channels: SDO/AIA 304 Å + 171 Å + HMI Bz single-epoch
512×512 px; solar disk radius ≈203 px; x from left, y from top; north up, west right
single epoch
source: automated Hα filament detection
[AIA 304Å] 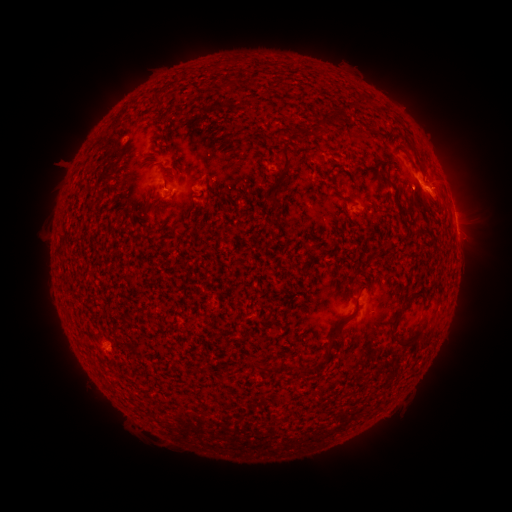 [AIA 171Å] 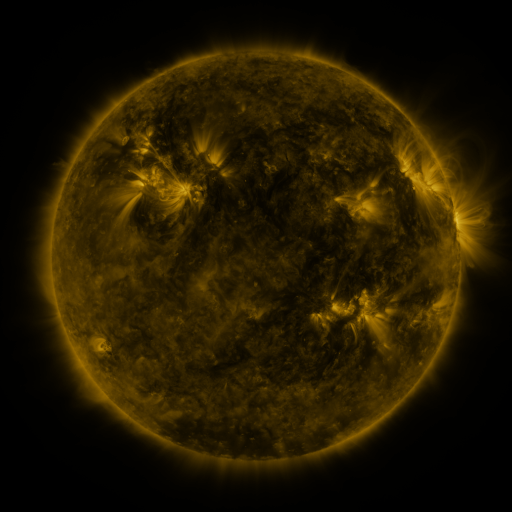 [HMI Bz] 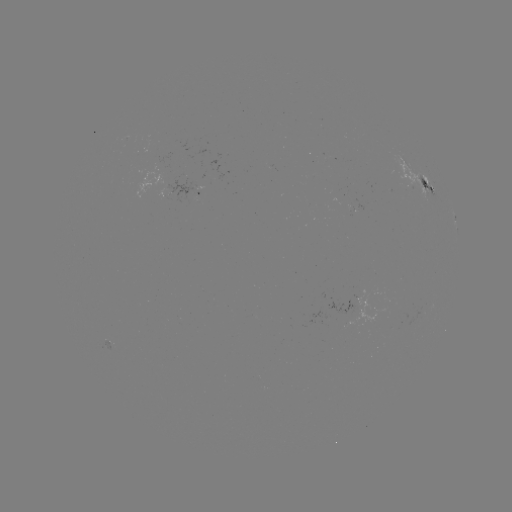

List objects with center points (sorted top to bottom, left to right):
filament: [250, 78, 259, 88]
filament: [224, 79, 236, 88]
filament: [357, 94, 367, 106]
filament: [154, 97, 166, 108]
filament: [331, 109, 341, 124]
filament: [161, 114, 169, 124]
filament: [319, 121, 330, 135]
filament: [298, 128, 312, 138]
filament: [278, 143, 293, 179]
filament: [383, 175, 391, 187]
filament: [268, 194, 279, 210]
filament: [370, 249, 378, 258]
filament: [339, 292, 362, 324]
filament: [403, 294, 413, 305]
filament: [388, 306, 418, 350]
filament: [414, 318, 425, 331]
filament: [323, 324, 341, 356]
filament: [250, 360, 270, 373]
filament: [298, 365, 309, 378]
